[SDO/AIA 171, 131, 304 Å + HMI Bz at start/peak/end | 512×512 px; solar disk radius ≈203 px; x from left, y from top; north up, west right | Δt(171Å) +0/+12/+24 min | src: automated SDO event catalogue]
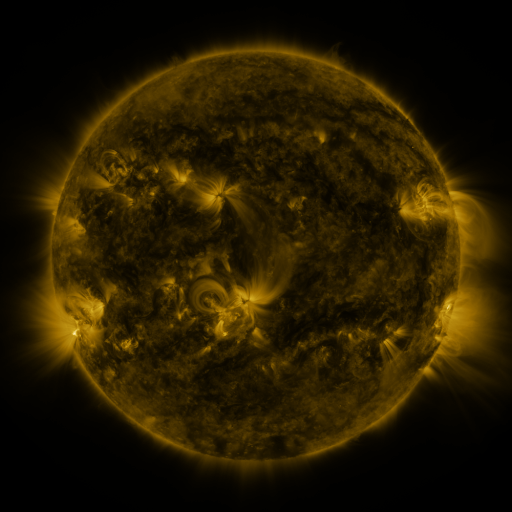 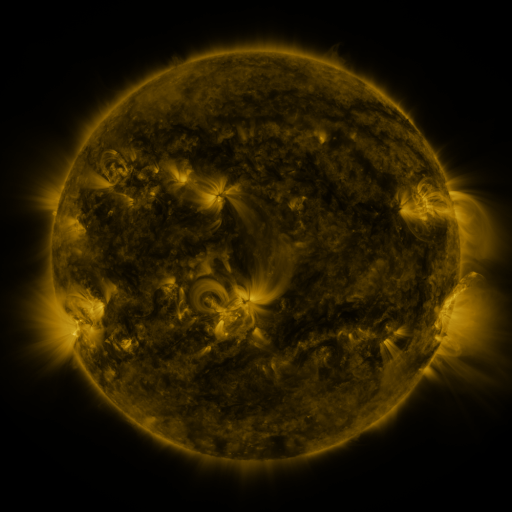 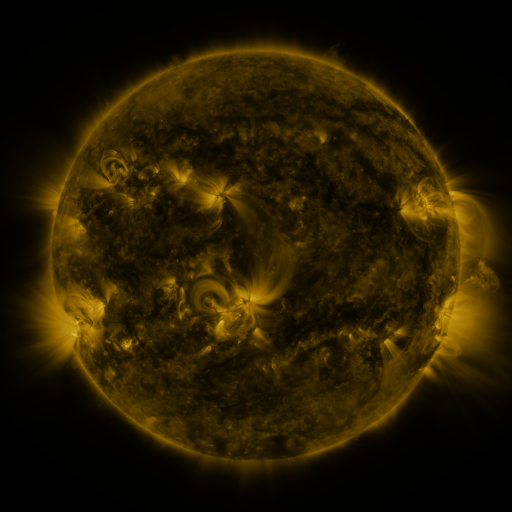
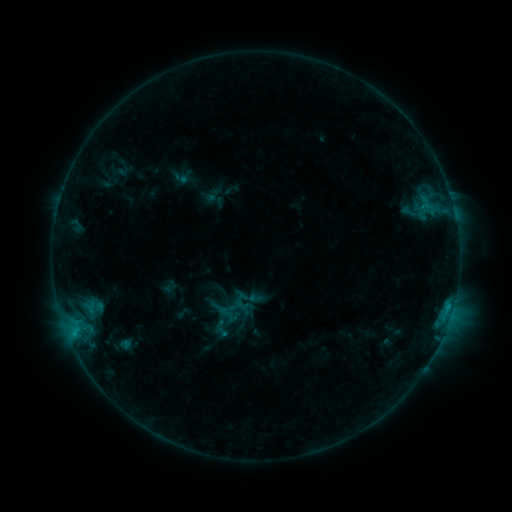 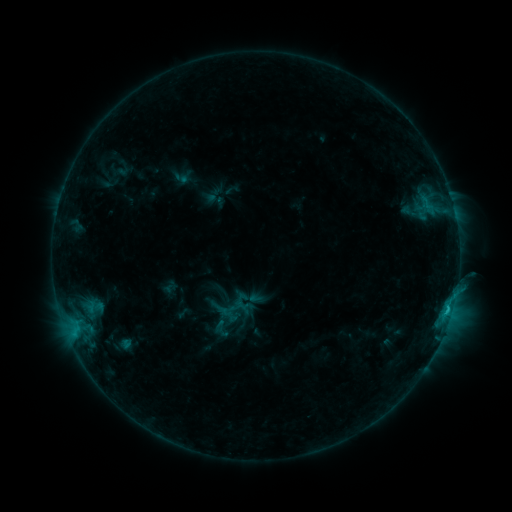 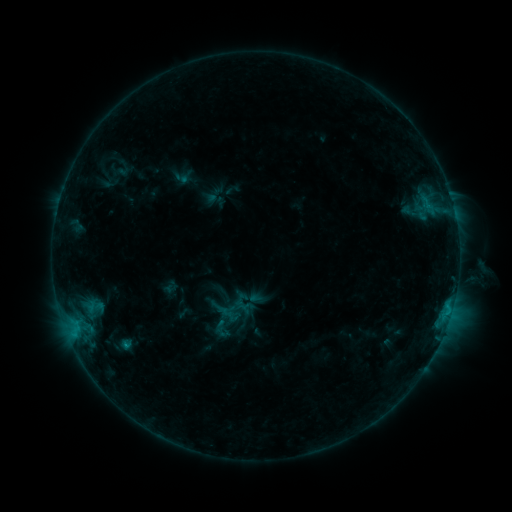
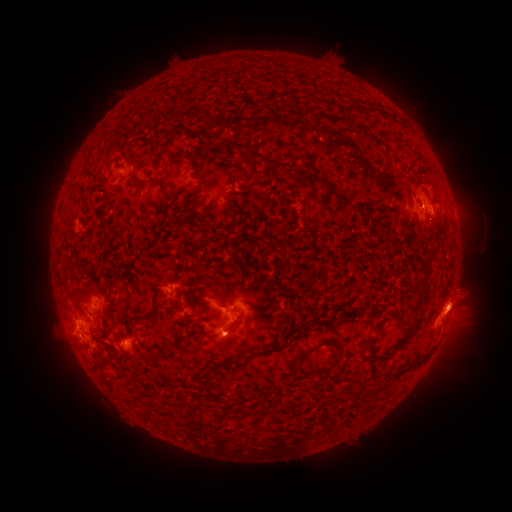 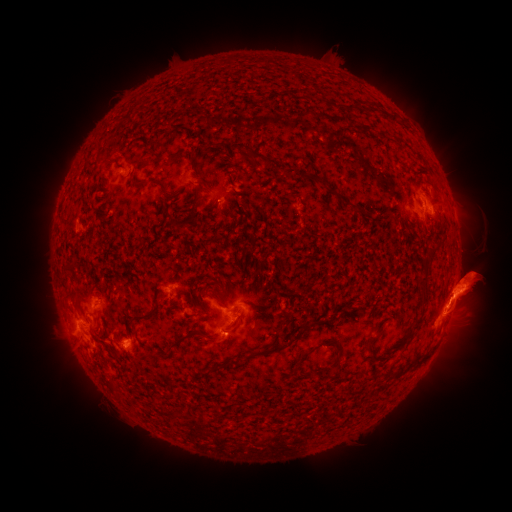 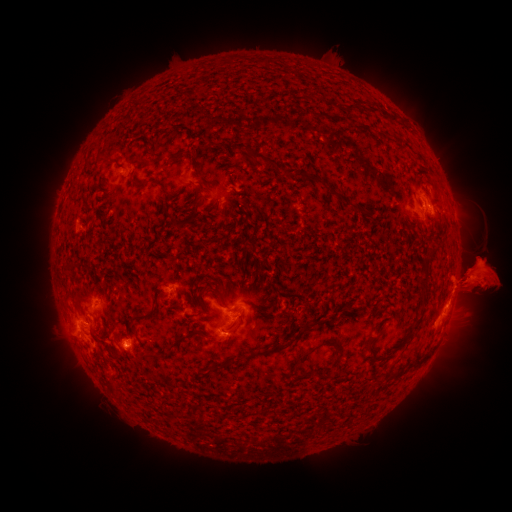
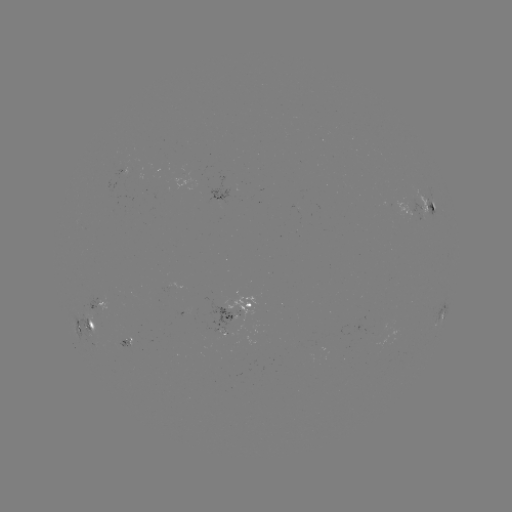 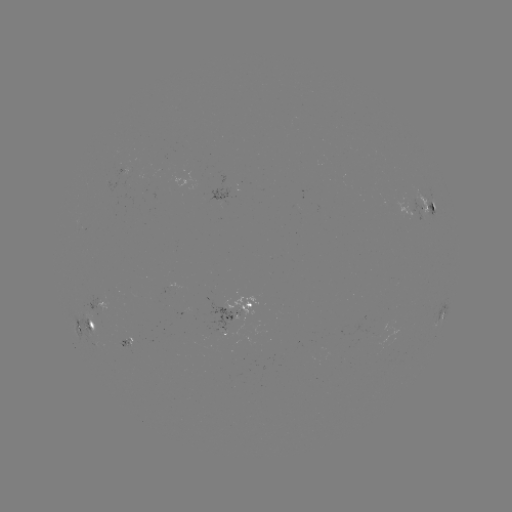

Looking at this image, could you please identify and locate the C1.1 flare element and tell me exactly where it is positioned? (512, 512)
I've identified C1.1 flare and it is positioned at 447,309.